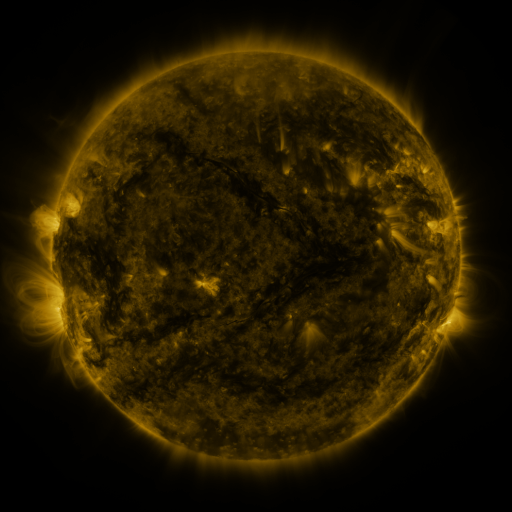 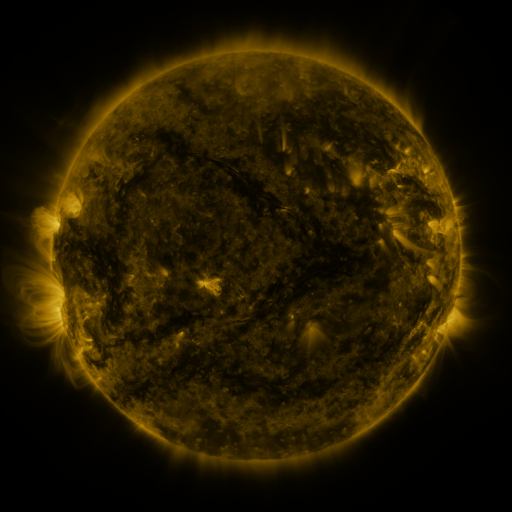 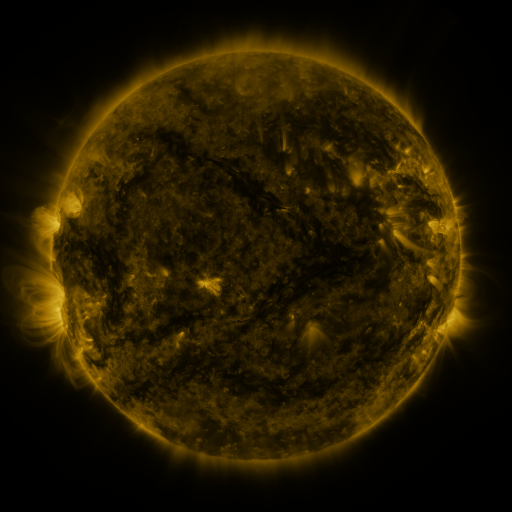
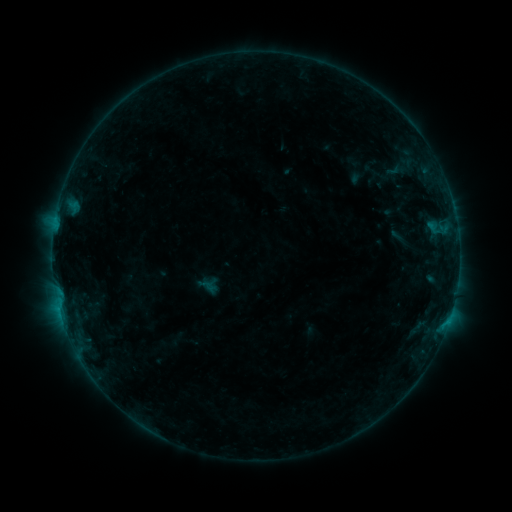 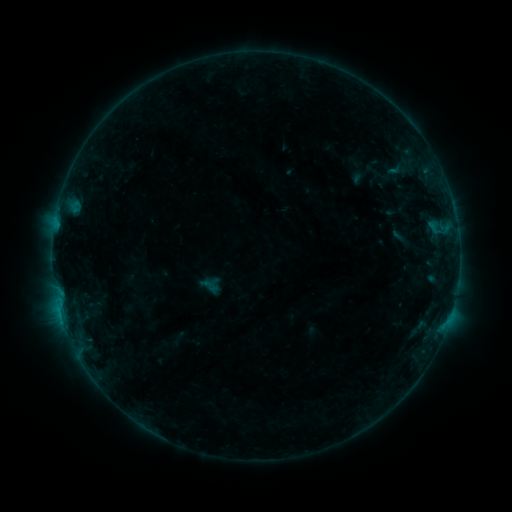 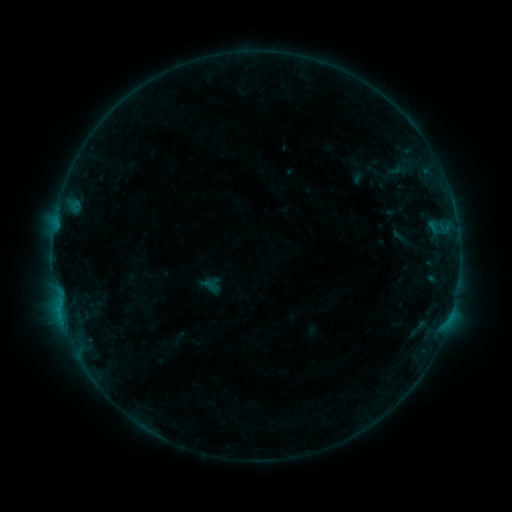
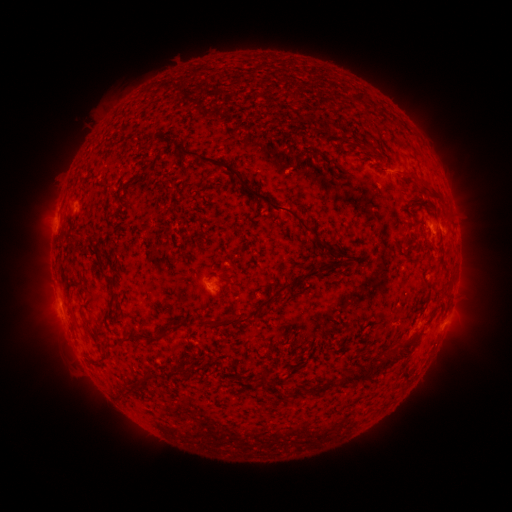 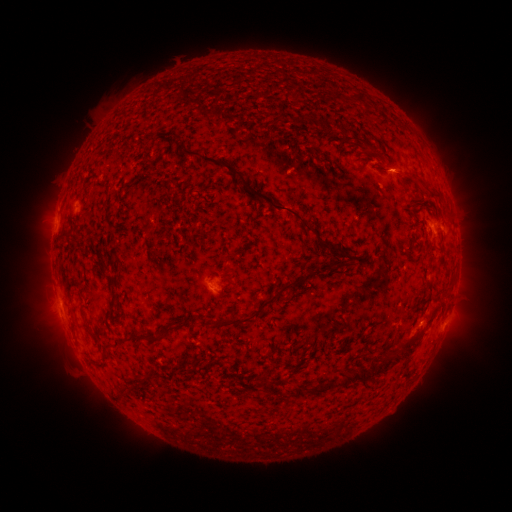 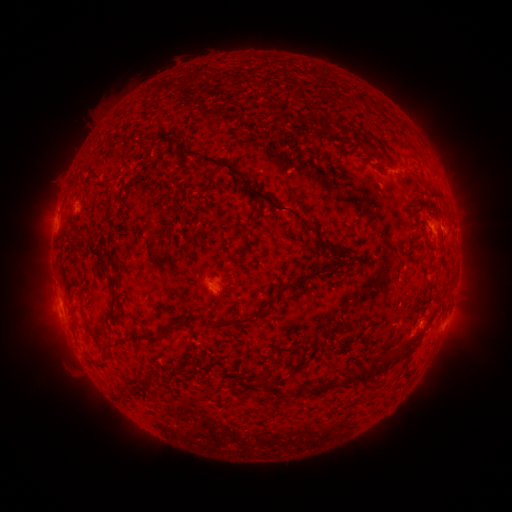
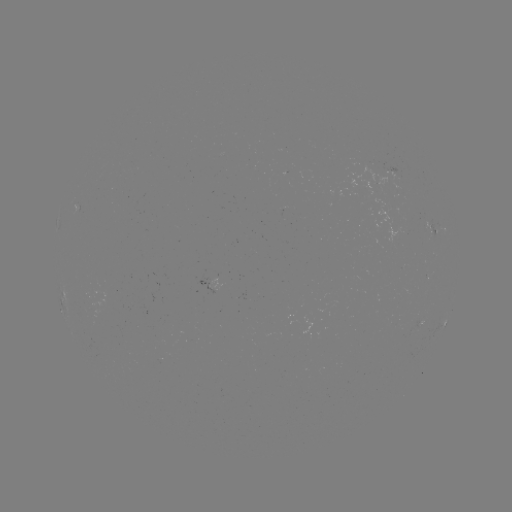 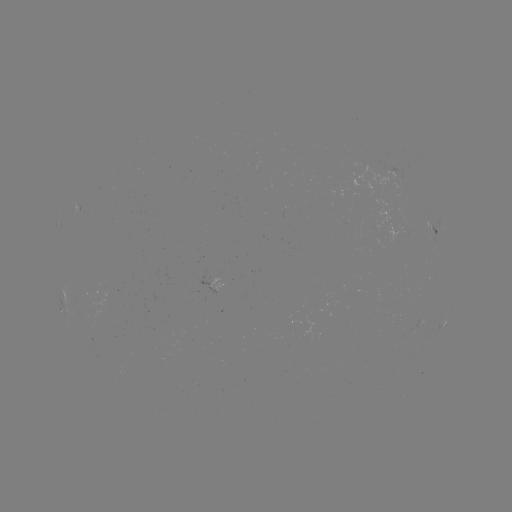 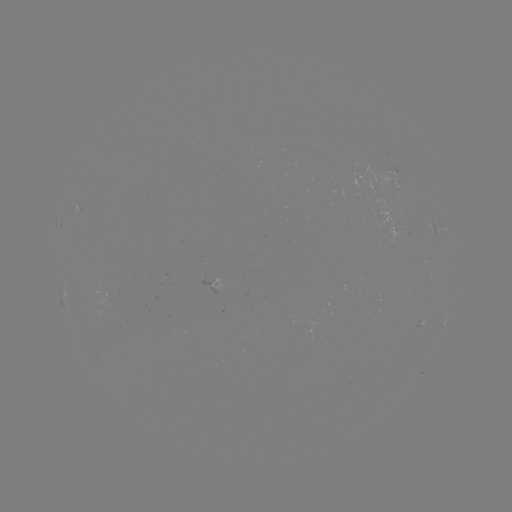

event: emerging-flux region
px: (400, 176)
